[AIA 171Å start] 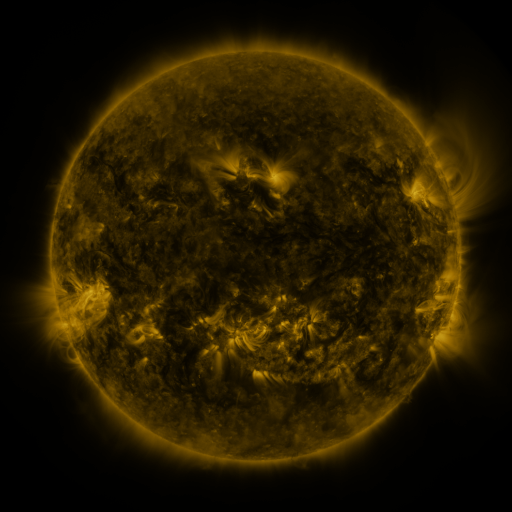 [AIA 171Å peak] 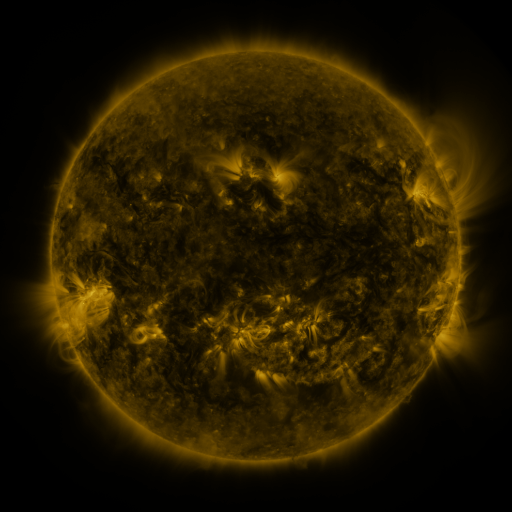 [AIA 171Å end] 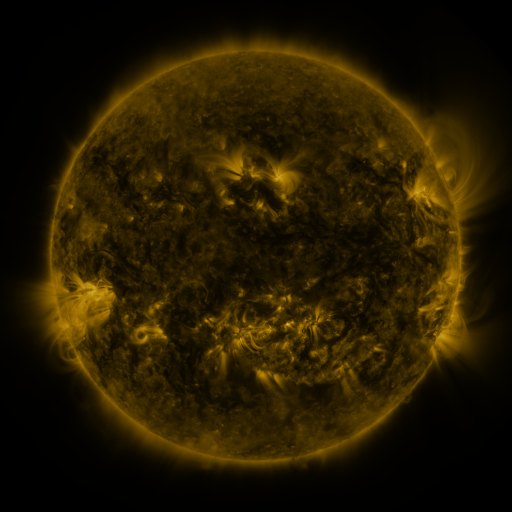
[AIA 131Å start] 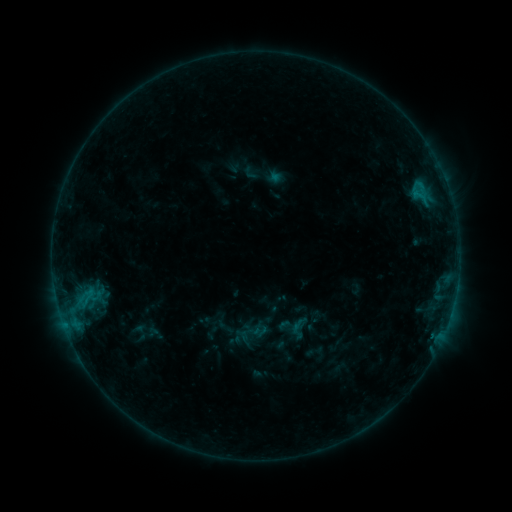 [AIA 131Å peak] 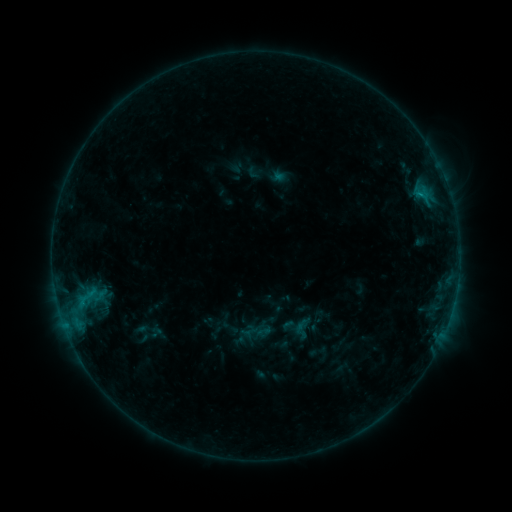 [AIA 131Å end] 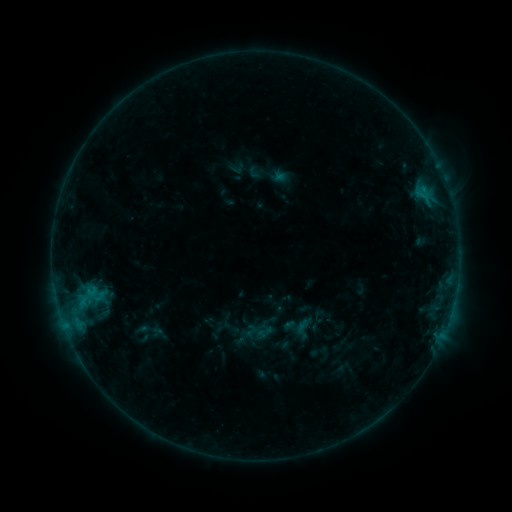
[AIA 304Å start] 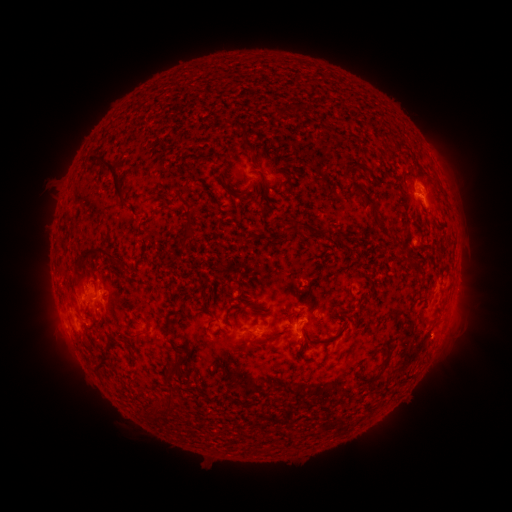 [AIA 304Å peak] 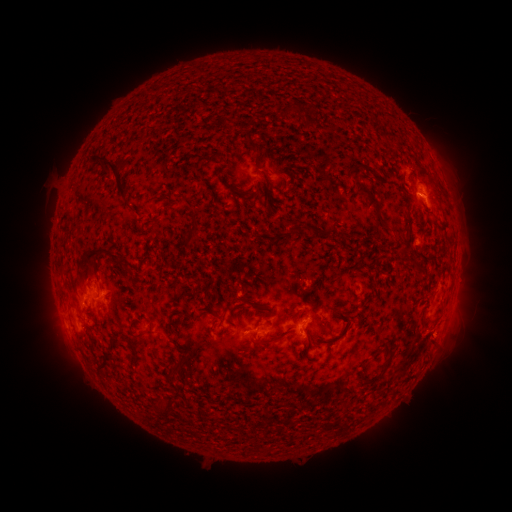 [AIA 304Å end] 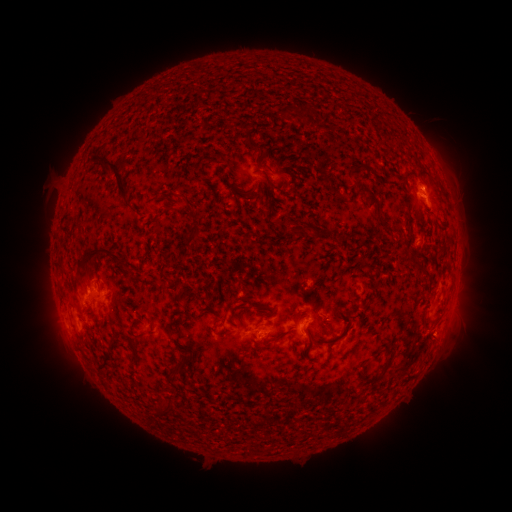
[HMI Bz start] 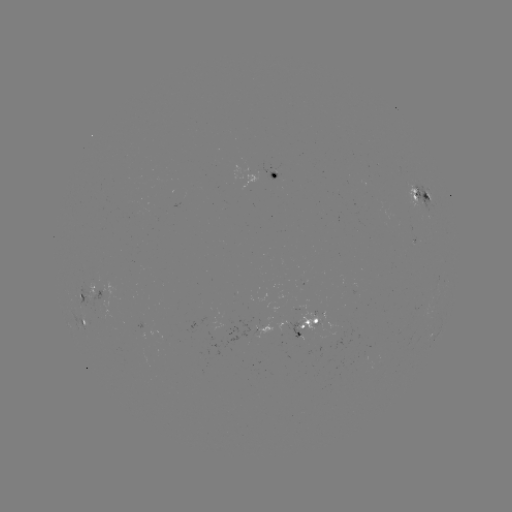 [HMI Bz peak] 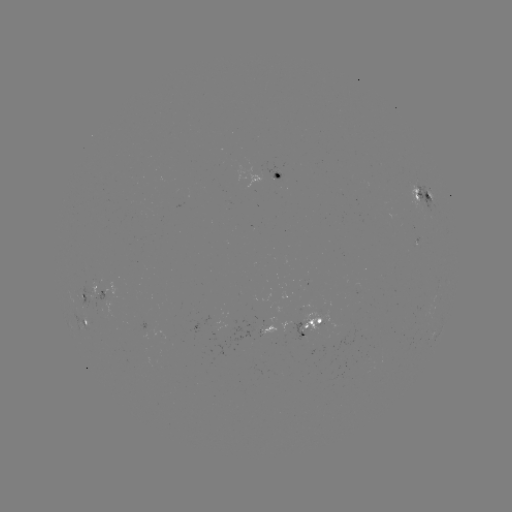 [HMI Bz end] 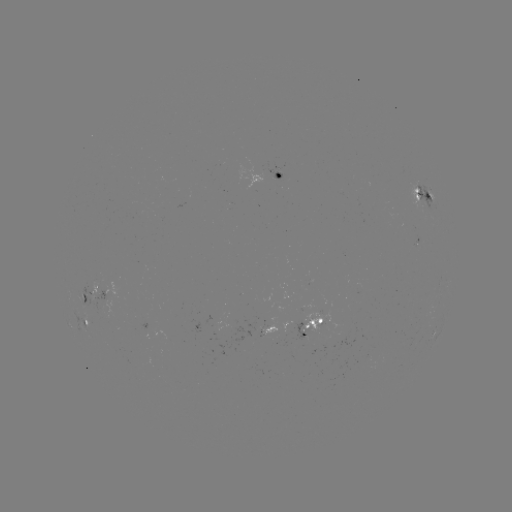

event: emerging-flux region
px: (216, 325)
